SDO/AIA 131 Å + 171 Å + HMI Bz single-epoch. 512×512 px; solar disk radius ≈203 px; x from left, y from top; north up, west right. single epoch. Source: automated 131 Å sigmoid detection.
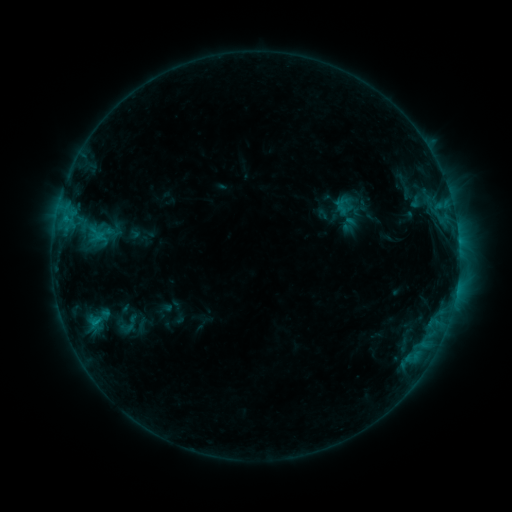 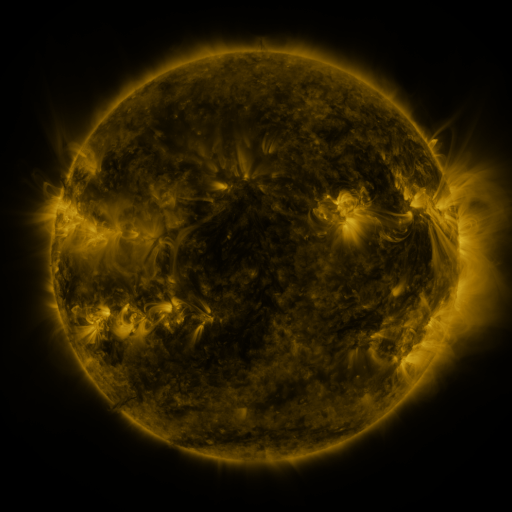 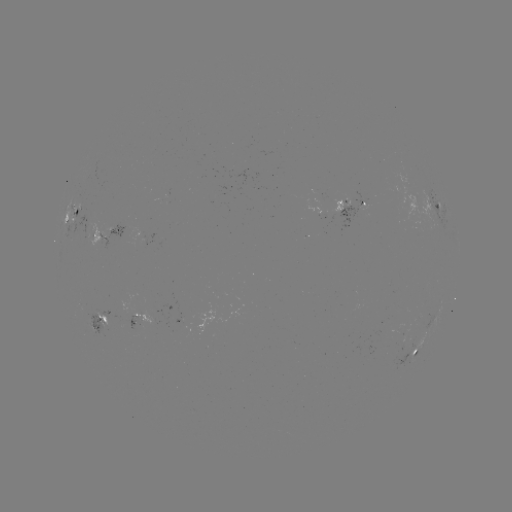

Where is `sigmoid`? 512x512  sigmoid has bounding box [89, 218, 114, 242].